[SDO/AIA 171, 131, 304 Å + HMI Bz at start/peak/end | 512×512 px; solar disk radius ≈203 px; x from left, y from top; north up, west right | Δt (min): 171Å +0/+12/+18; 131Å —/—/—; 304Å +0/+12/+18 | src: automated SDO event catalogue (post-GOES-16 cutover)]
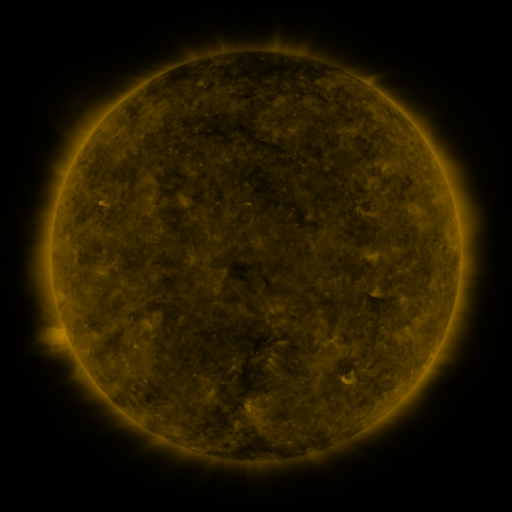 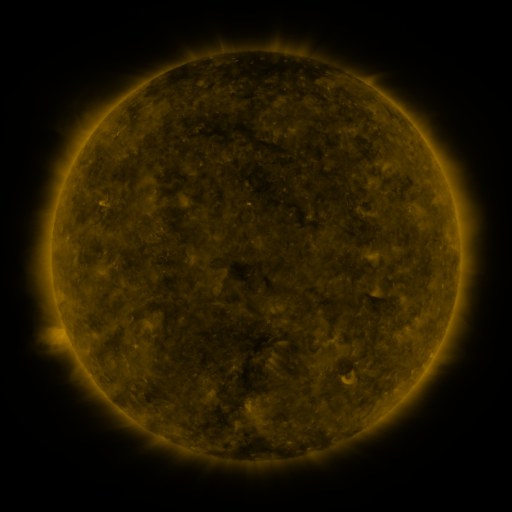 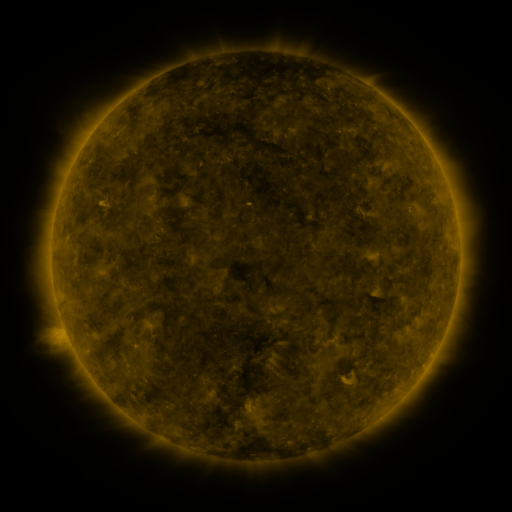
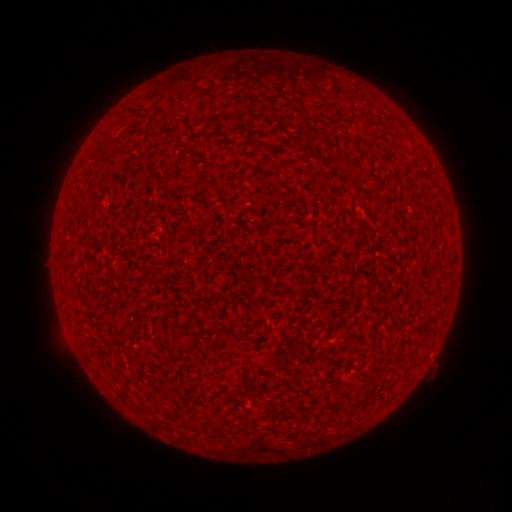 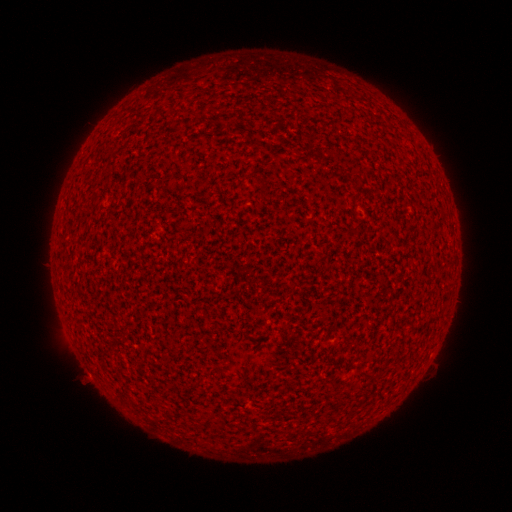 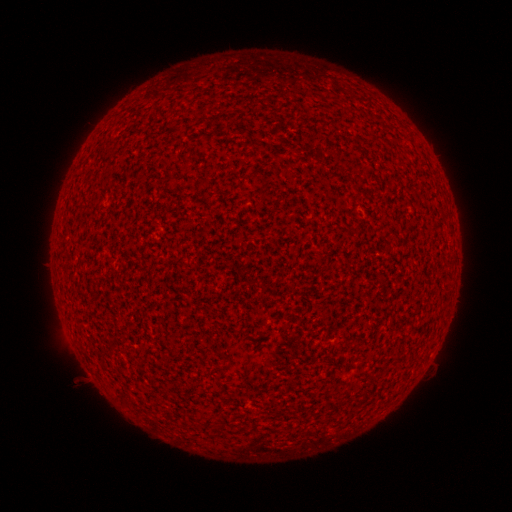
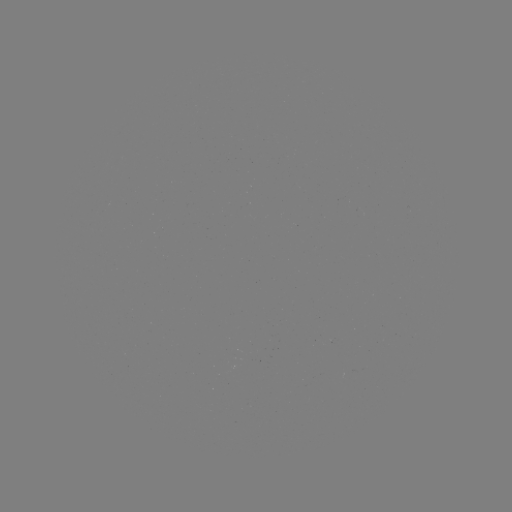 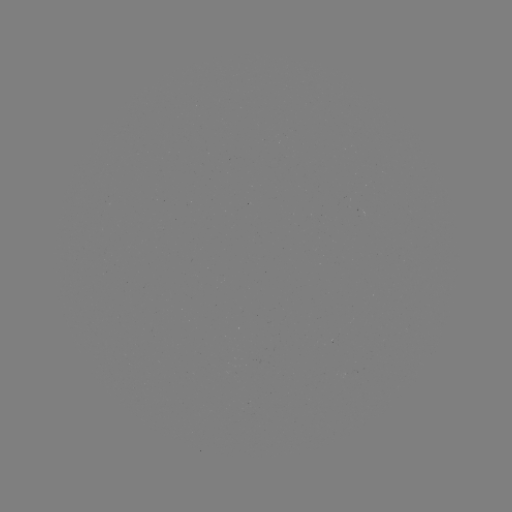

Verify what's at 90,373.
A1.8 flare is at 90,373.